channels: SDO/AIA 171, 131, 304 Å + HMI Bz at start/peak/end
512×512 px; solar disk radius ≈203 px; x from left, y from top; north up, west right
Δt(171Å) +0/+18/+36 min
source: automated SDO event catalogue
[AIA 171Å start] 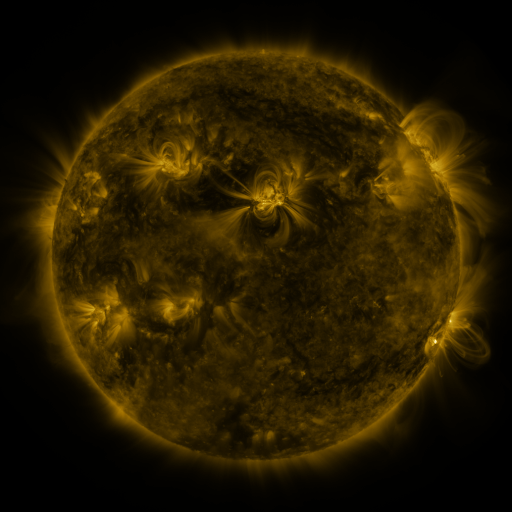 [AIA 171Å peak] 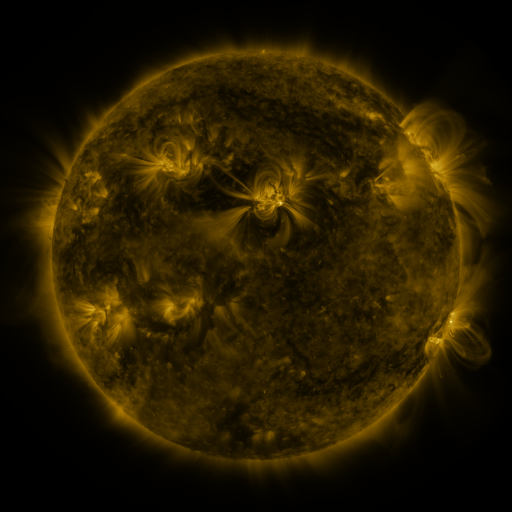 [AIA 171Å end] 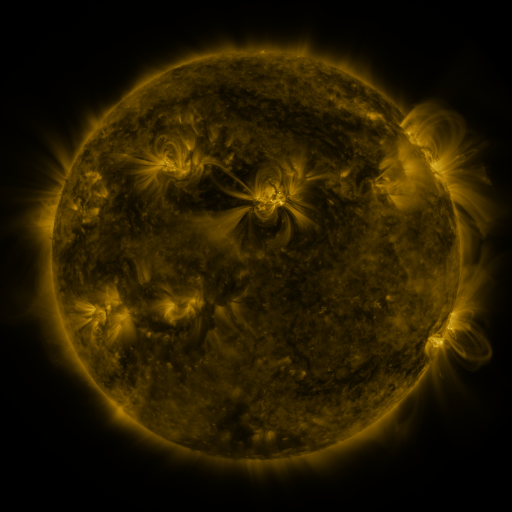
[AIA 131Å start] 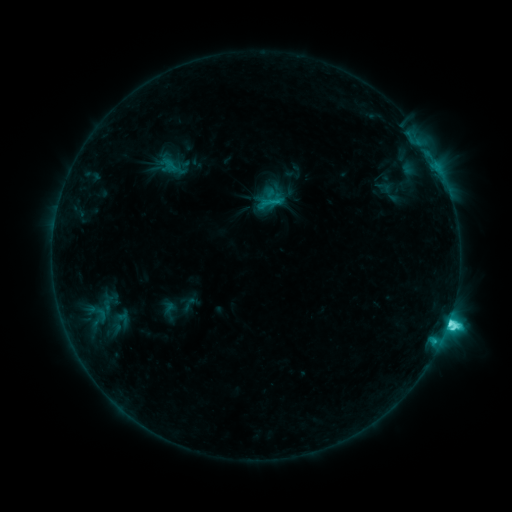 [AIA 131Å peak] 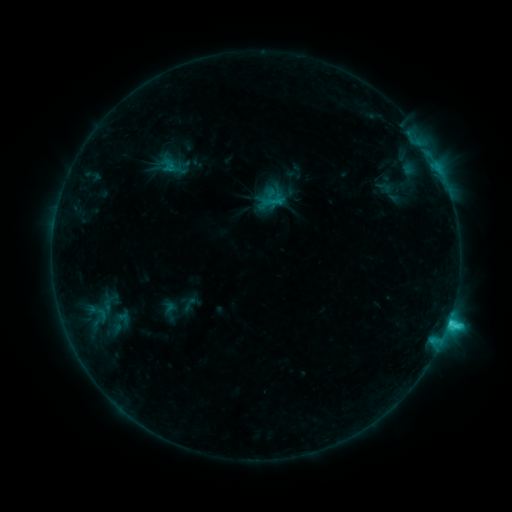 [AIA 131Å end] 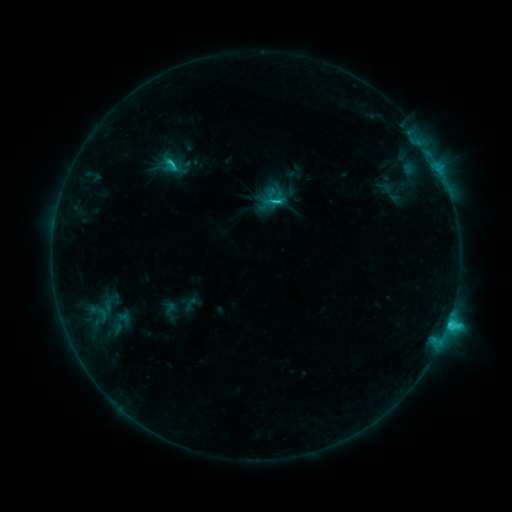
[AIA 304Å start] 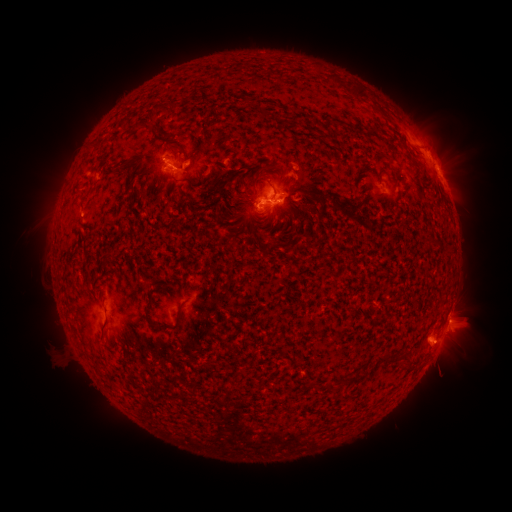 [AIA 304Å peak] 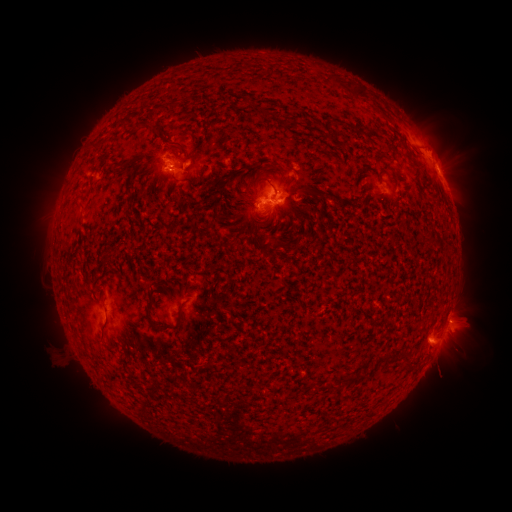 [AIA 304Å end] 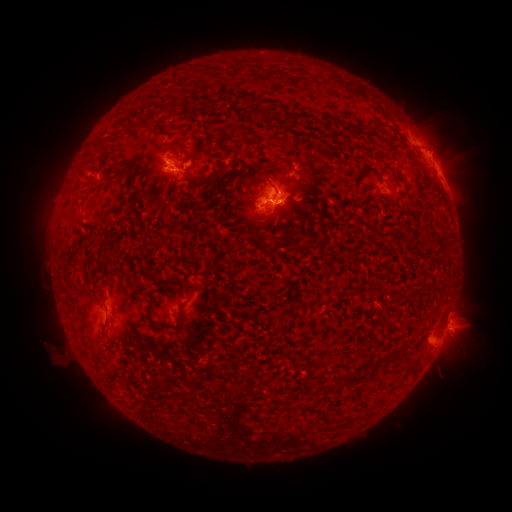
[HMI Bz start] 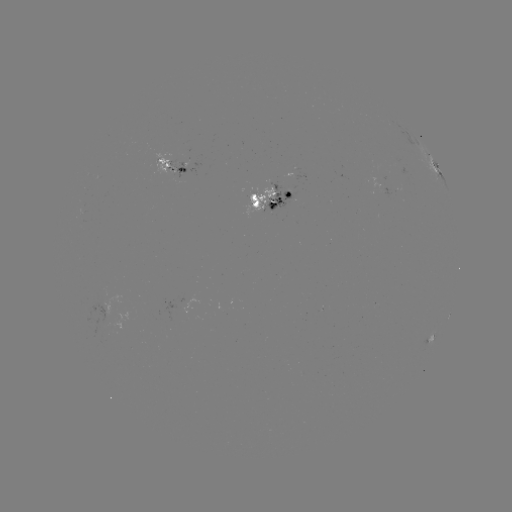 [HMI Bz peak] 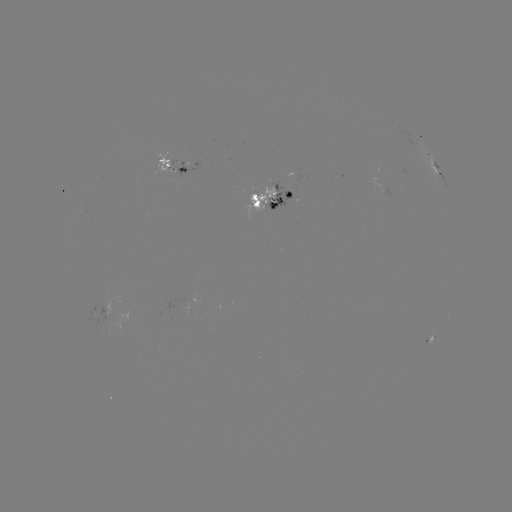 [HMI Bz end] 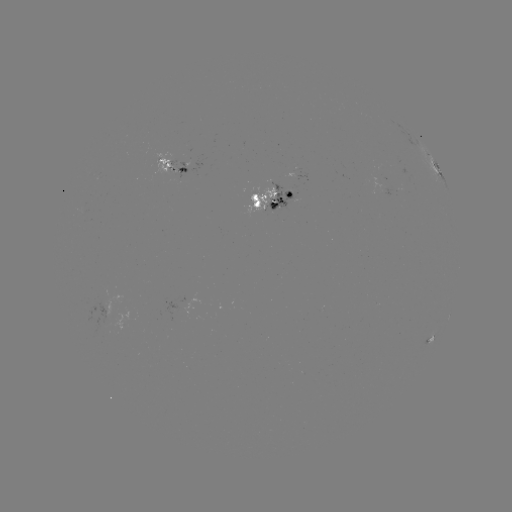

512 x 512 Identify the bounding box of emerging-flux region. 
[266, 184, 294, 211].